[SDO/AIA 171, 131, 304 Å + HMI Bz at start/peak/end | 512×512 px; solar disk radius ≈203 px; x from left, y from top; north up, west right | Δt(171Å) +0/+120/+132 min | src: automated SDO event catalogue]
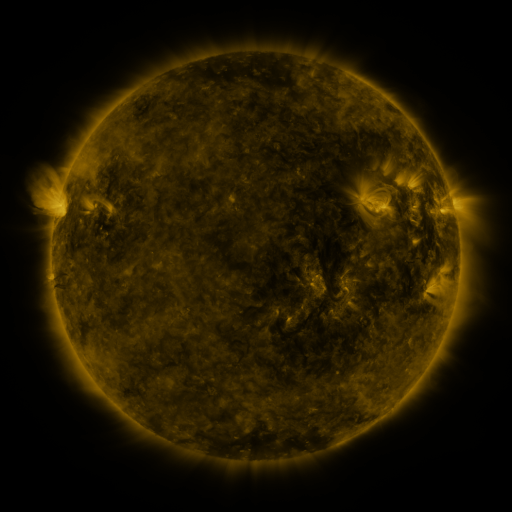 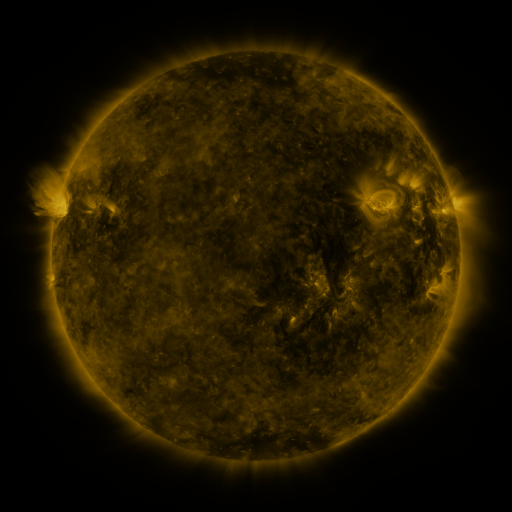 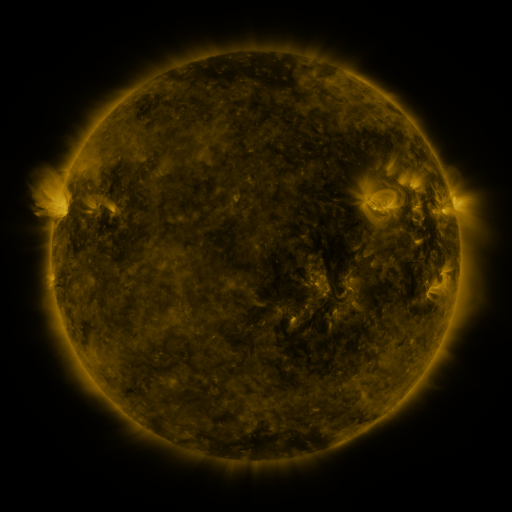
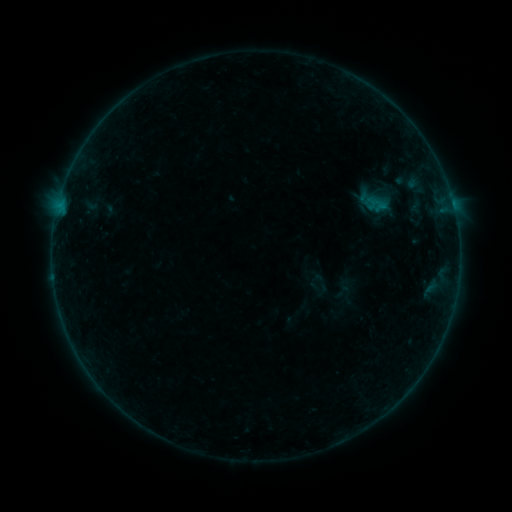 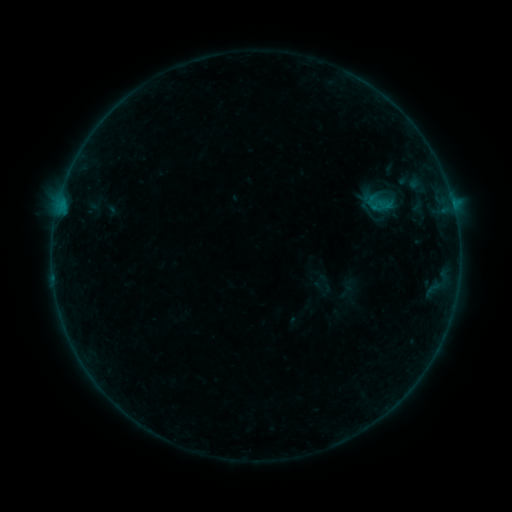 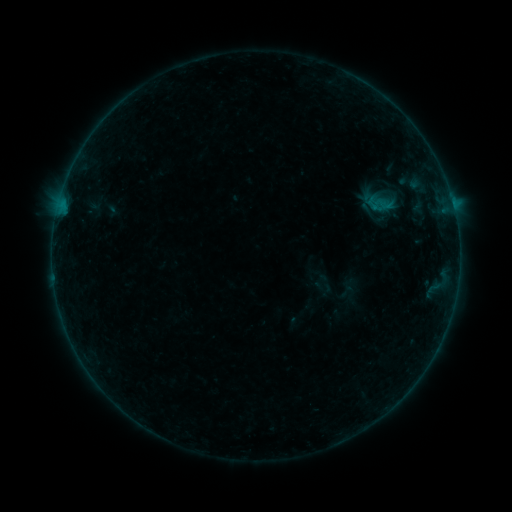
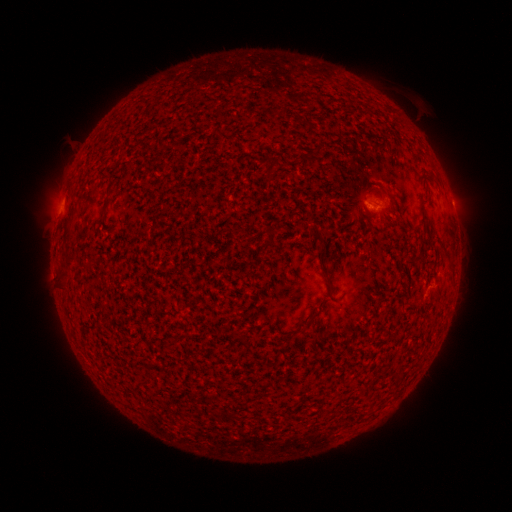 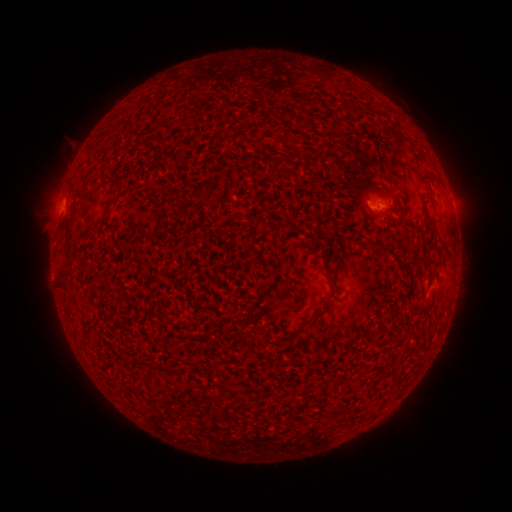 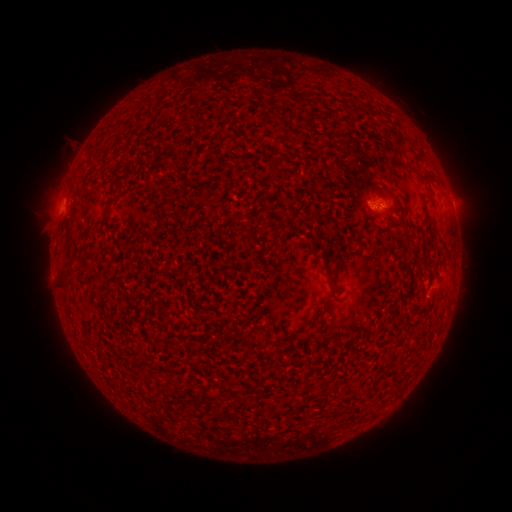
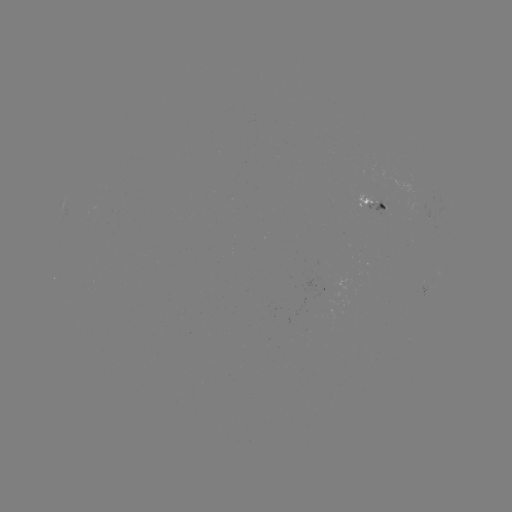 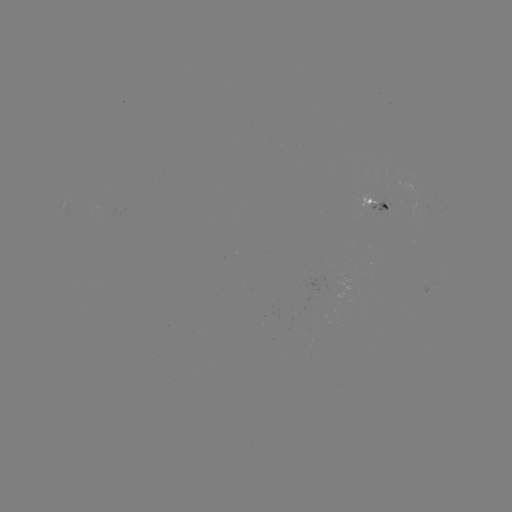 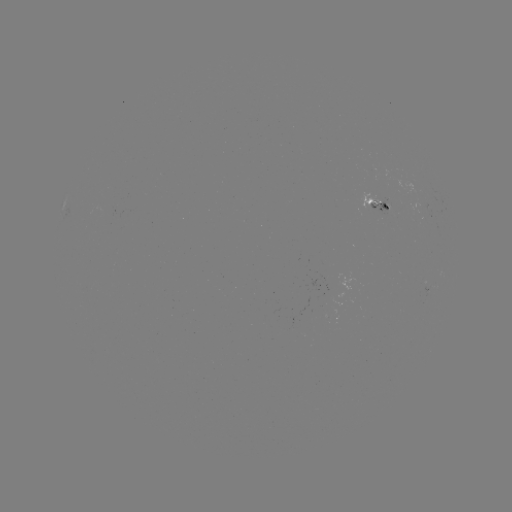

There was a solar emerging-flux region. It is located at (385, 202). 